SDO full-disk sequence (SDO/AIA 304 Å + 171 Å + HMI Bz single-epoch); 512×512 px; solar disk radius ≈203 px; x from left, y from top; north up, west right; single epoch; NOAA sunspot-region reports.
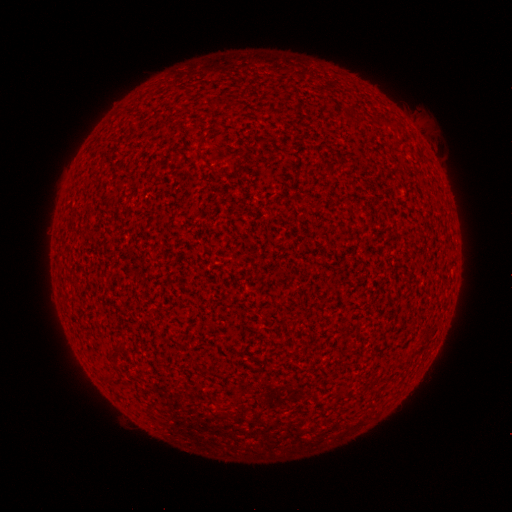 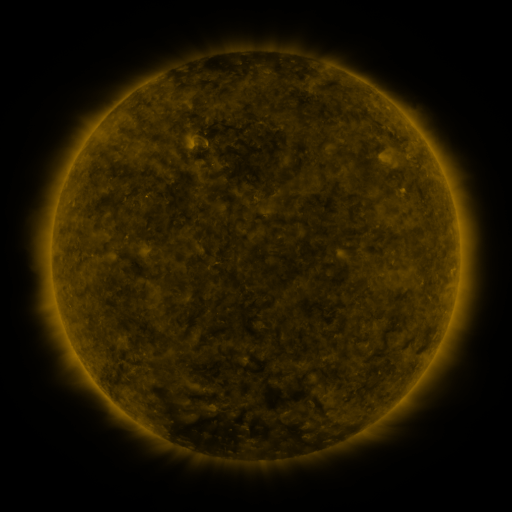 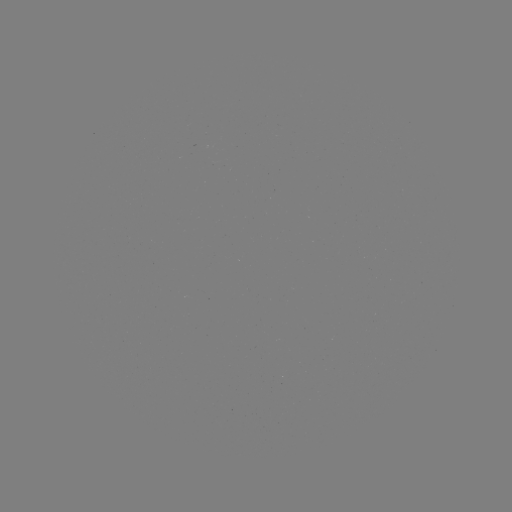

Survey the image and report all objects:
(none)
